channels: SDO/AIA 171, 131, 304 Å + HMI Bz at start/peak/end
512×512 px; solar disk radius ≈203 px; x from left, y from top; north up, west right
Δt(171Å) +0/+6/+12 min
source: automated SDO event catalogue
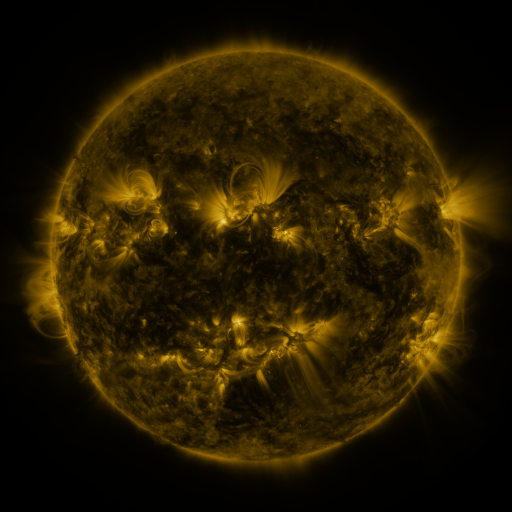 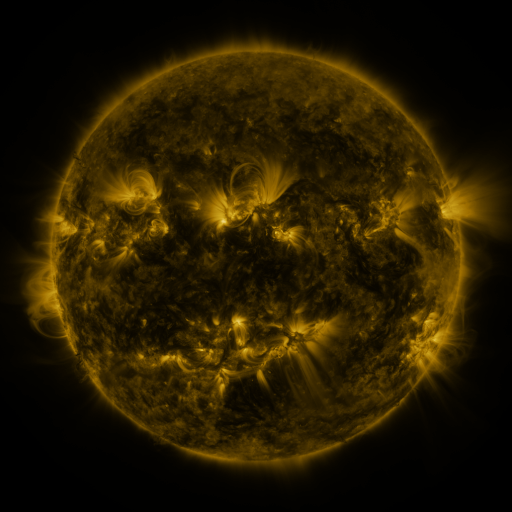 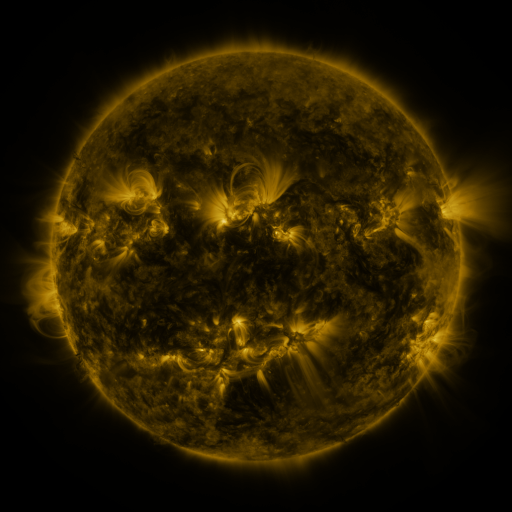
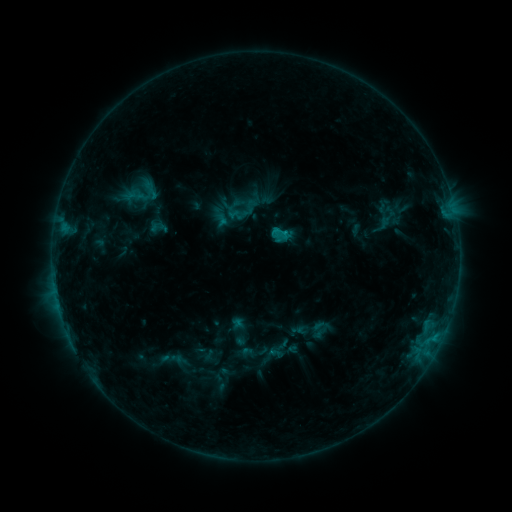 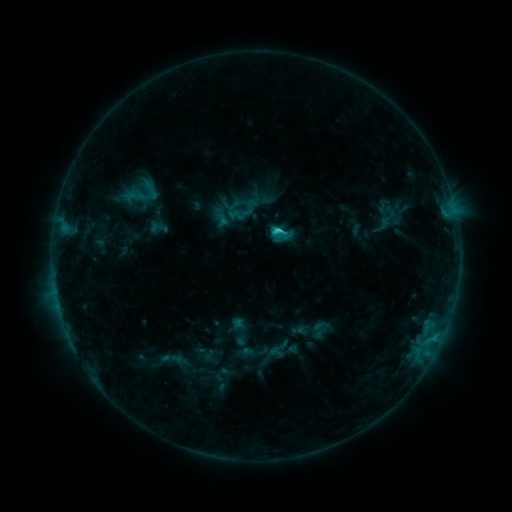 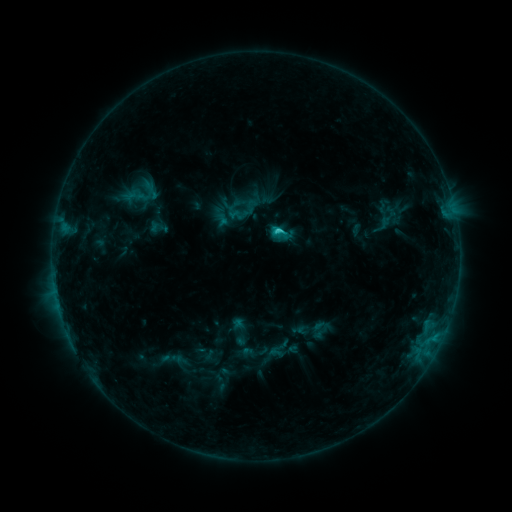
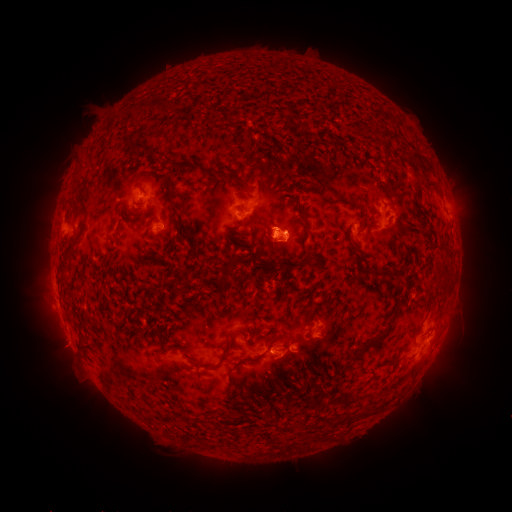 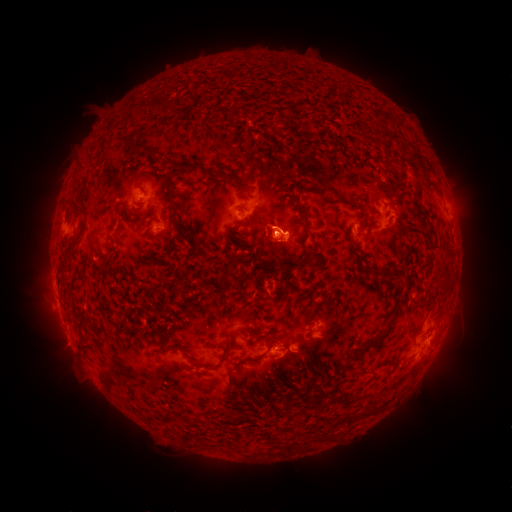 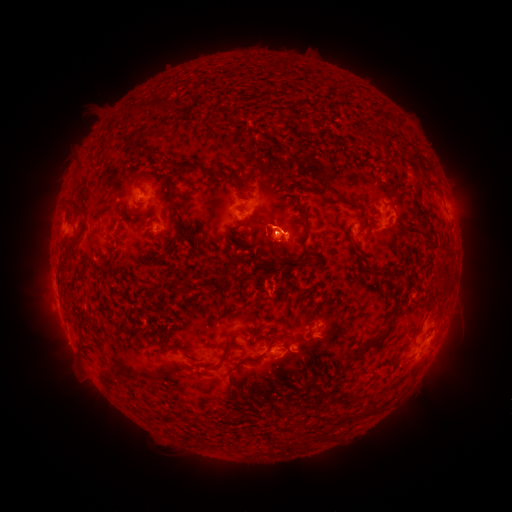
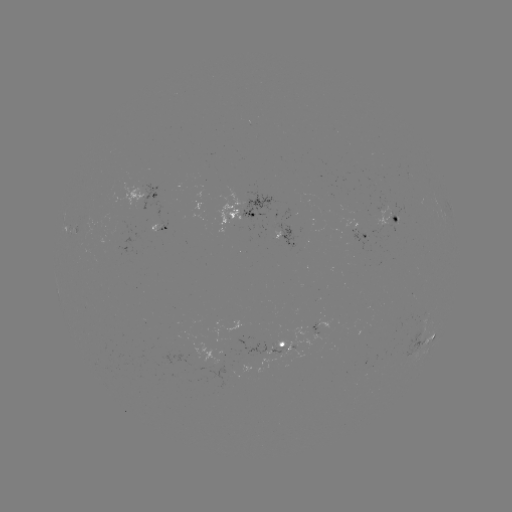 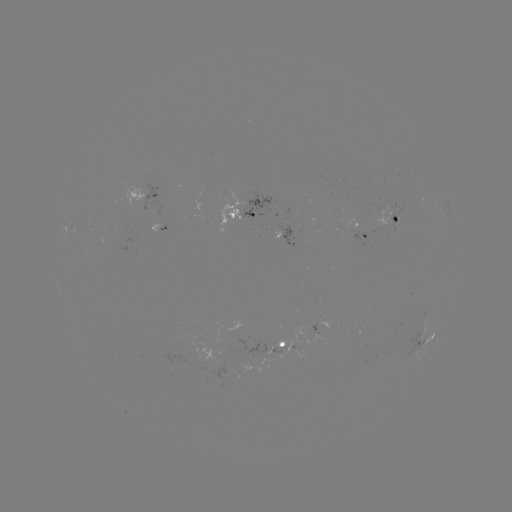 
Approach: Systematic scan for C1.7 flare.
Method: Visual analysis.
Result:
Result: C1.7 flare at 277,233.